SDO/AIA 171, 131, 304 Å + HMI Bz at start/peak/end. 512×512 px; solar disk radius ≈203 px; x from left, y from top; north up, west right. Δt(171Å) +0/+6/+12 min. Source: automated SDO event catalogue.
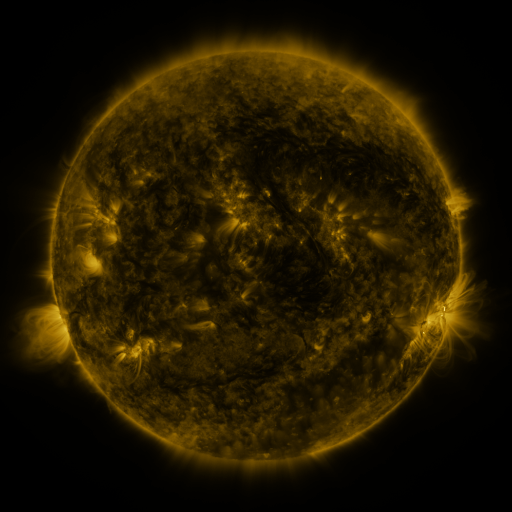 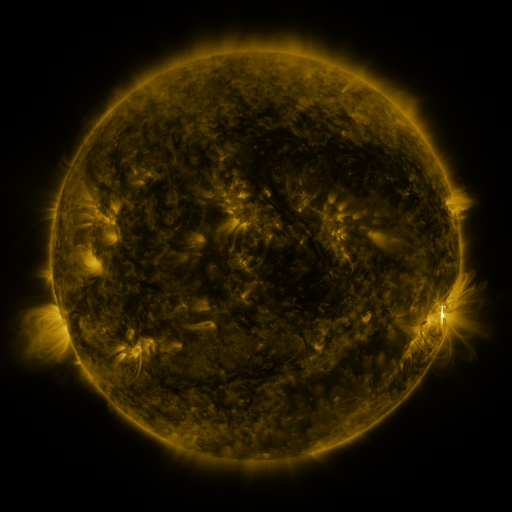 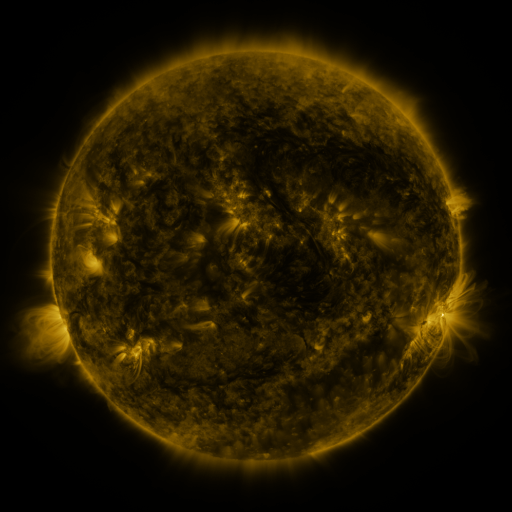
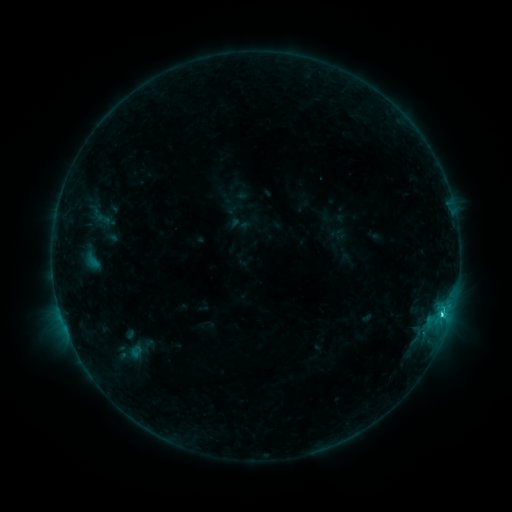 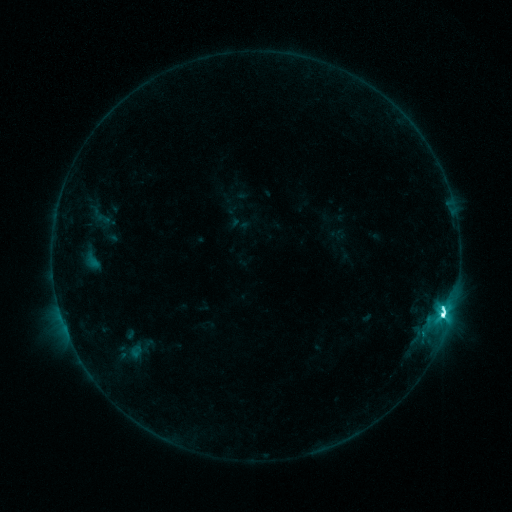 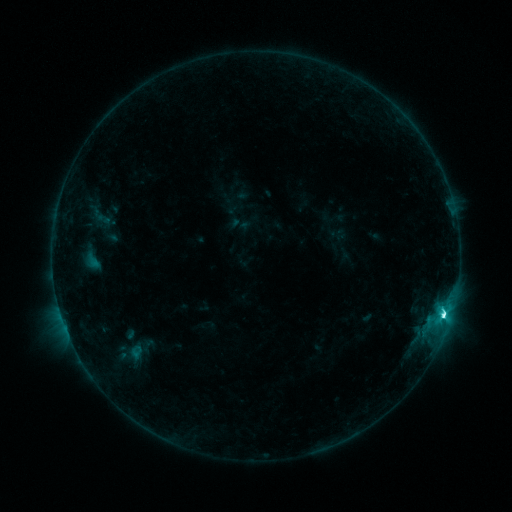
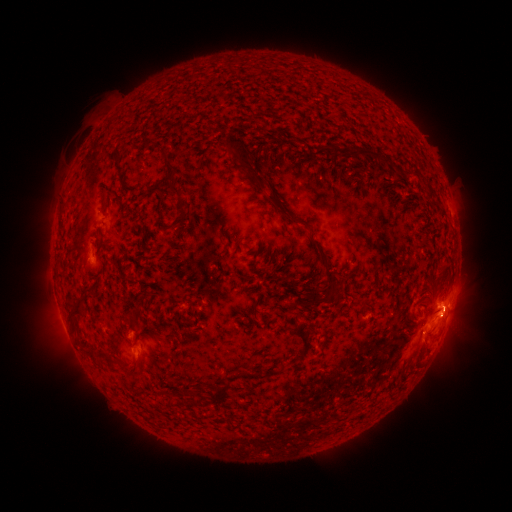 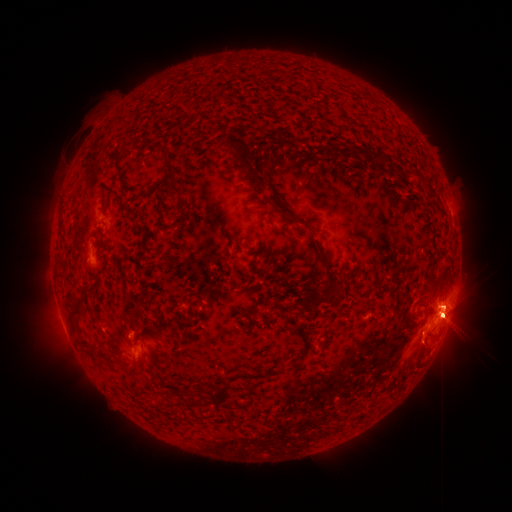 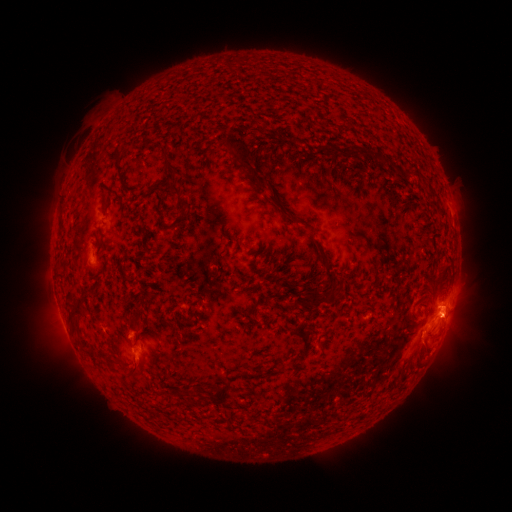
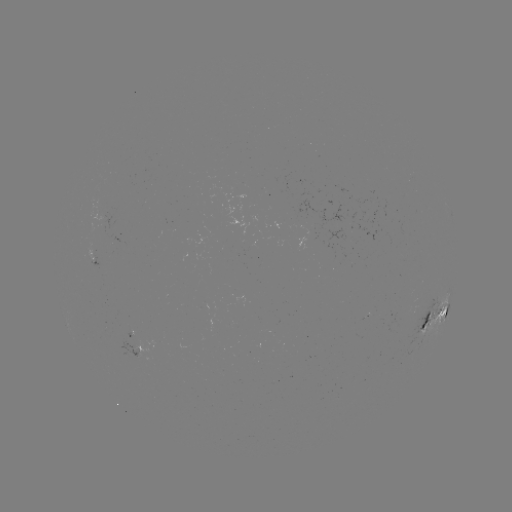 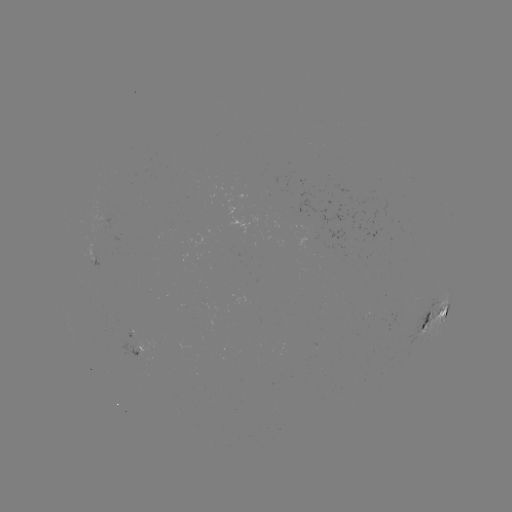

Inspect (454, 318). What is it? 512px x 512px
eruption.